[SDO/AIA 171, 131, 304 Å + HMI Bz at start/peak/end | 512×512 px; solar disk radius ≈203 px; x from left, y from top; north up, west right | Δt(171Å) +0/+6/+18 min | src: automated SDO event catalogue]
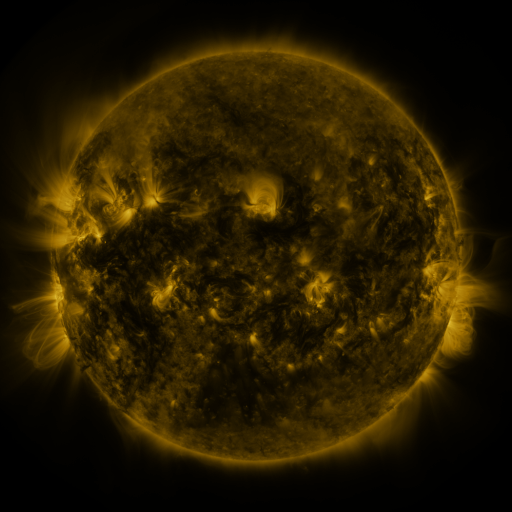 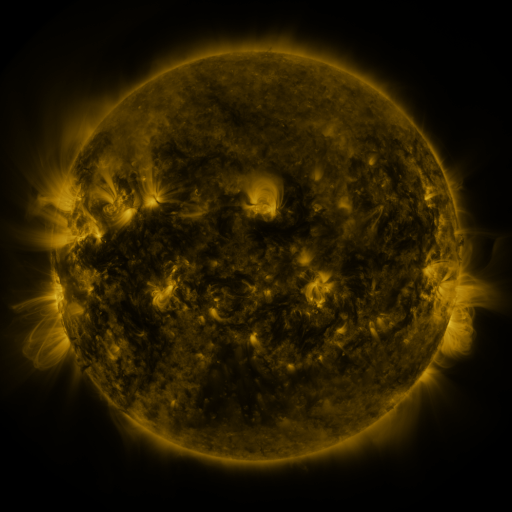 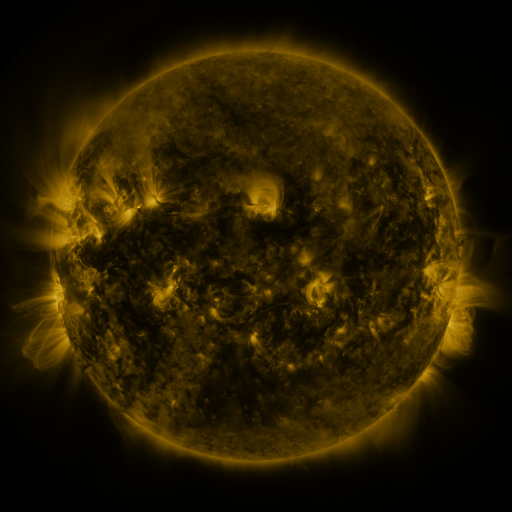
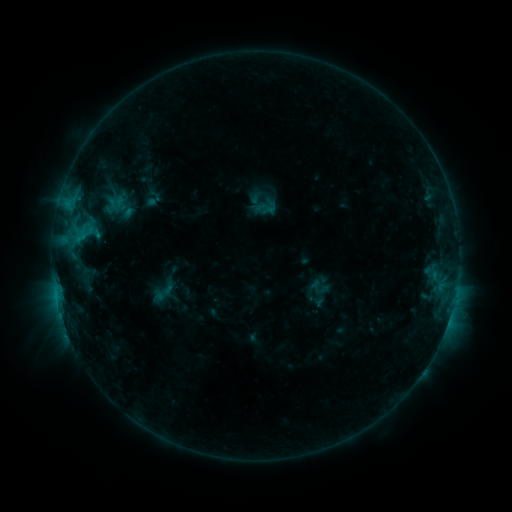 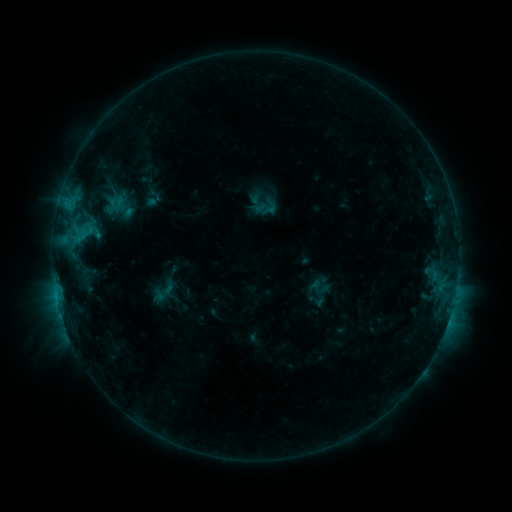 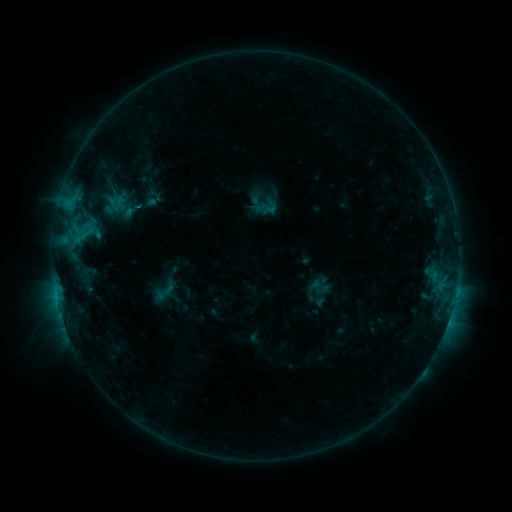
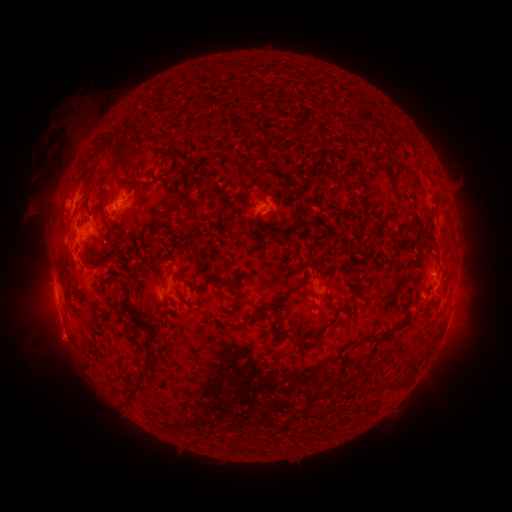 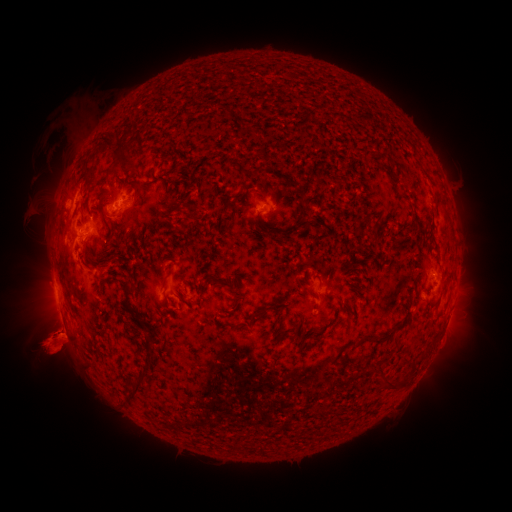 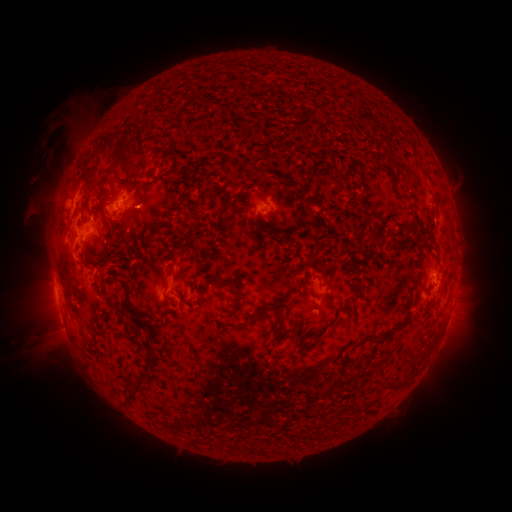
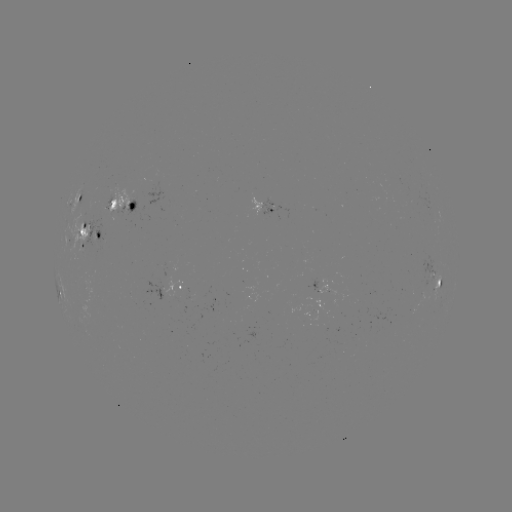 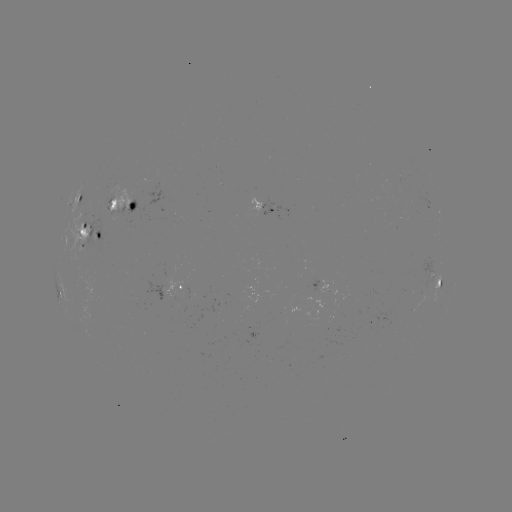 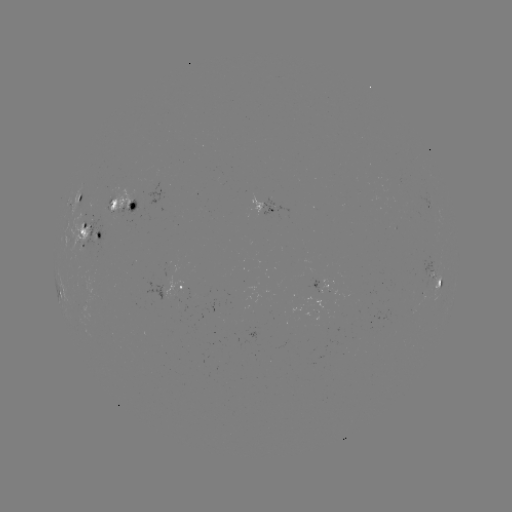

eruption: <bbox>15, 281, 114, 408</bbox>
